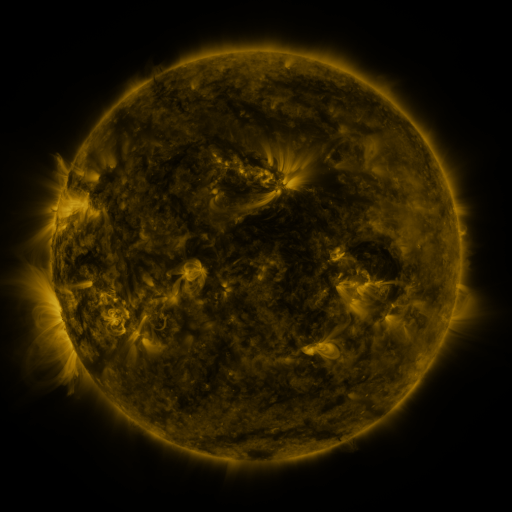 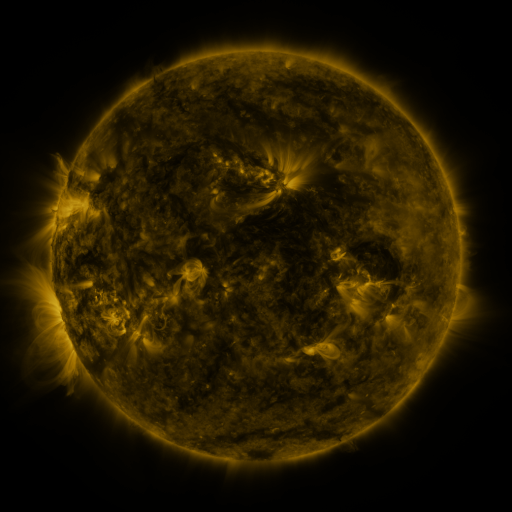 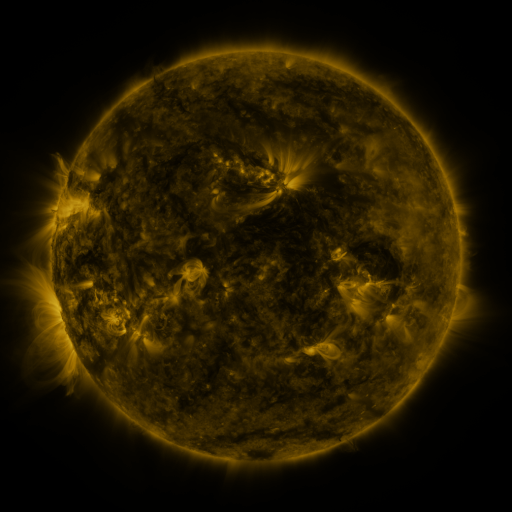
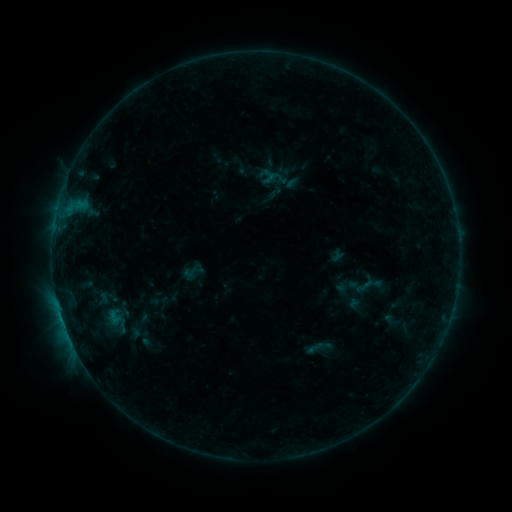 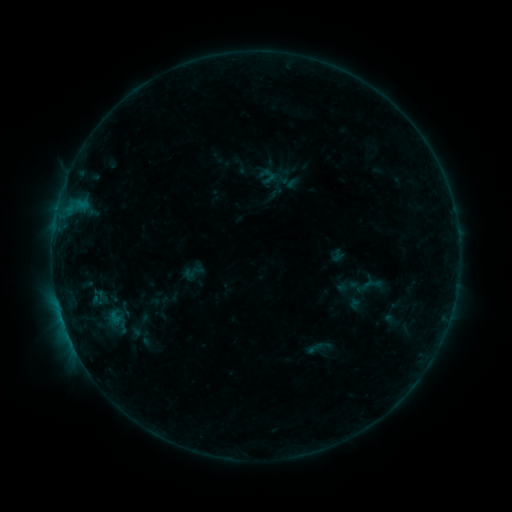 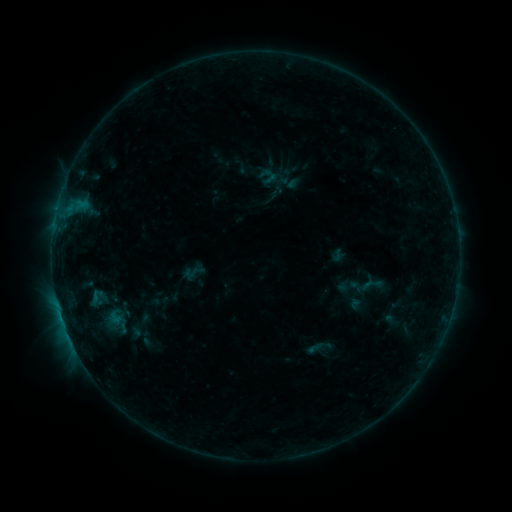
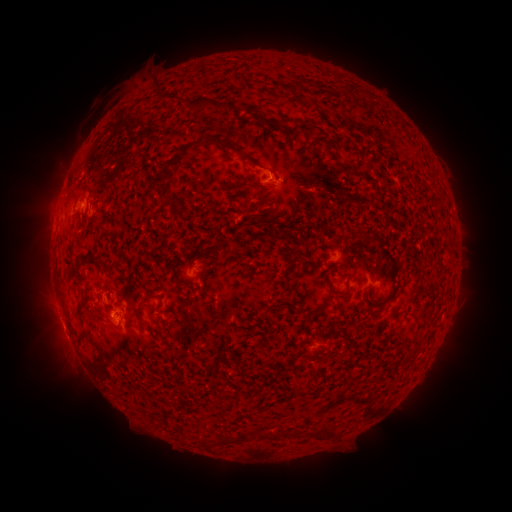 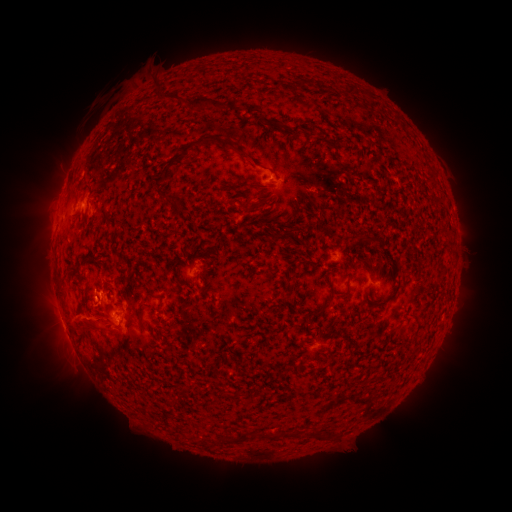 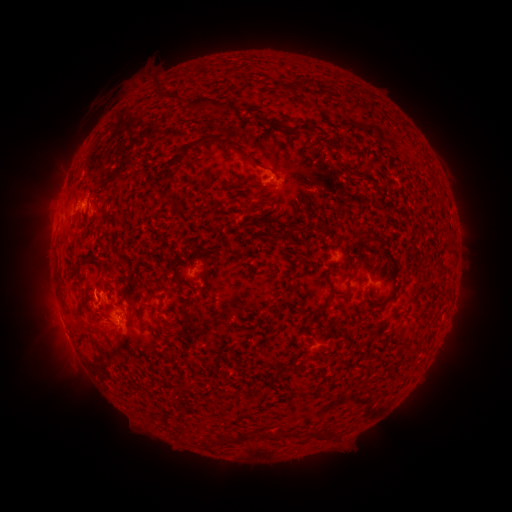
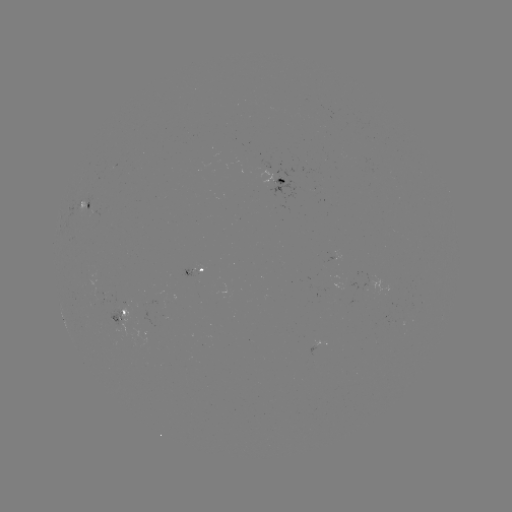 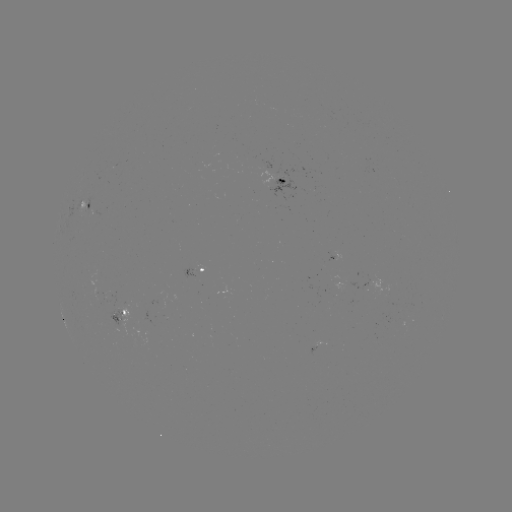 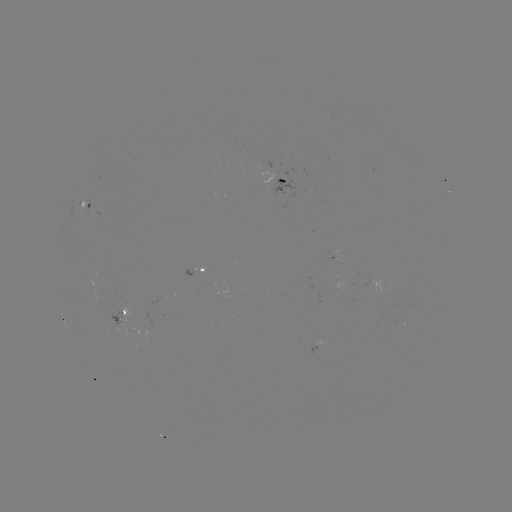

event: eruption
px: (72, 323)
